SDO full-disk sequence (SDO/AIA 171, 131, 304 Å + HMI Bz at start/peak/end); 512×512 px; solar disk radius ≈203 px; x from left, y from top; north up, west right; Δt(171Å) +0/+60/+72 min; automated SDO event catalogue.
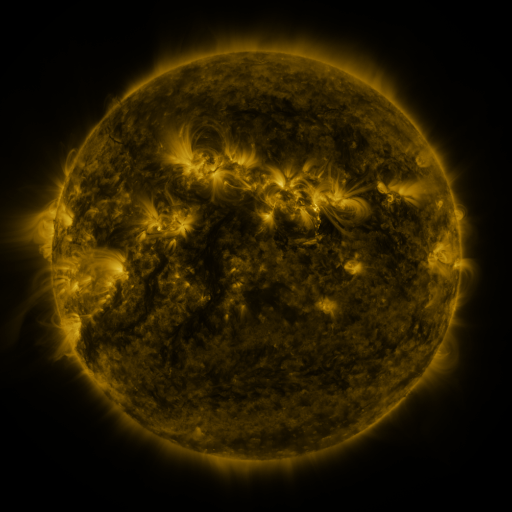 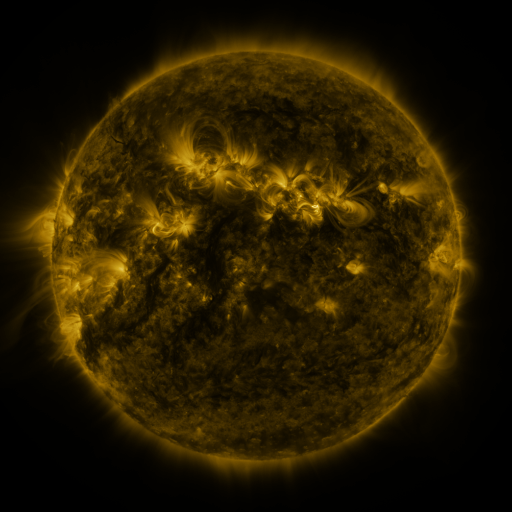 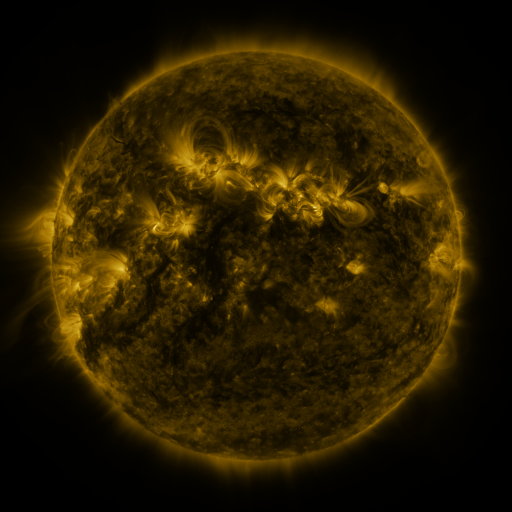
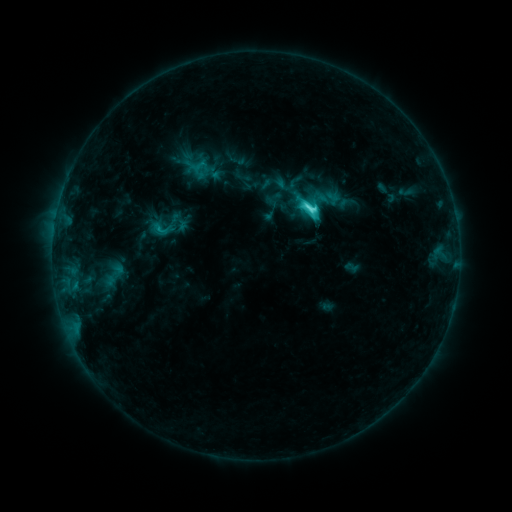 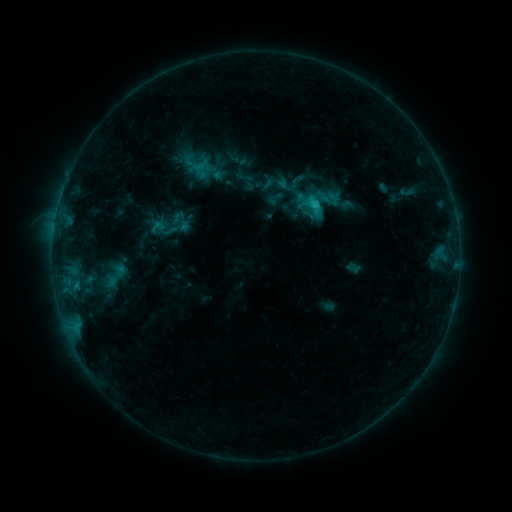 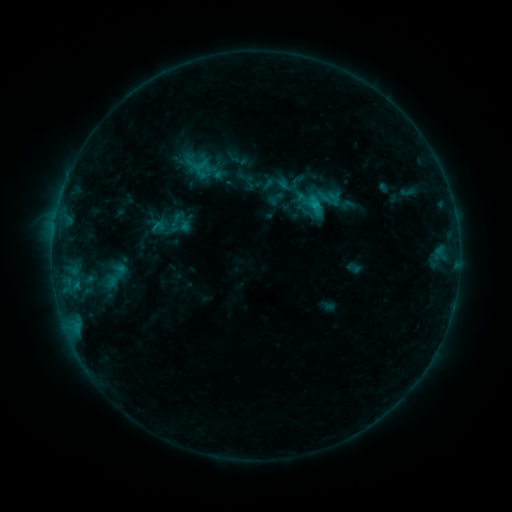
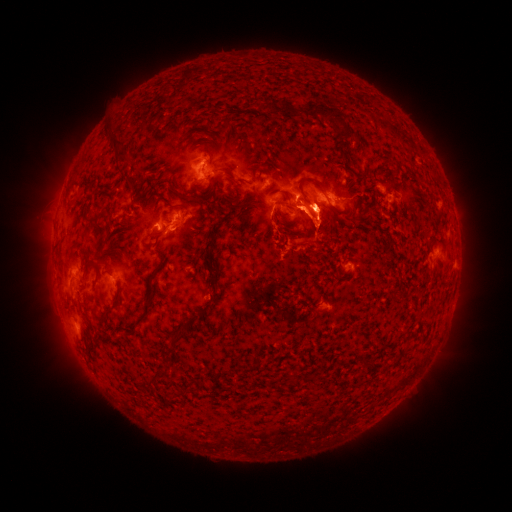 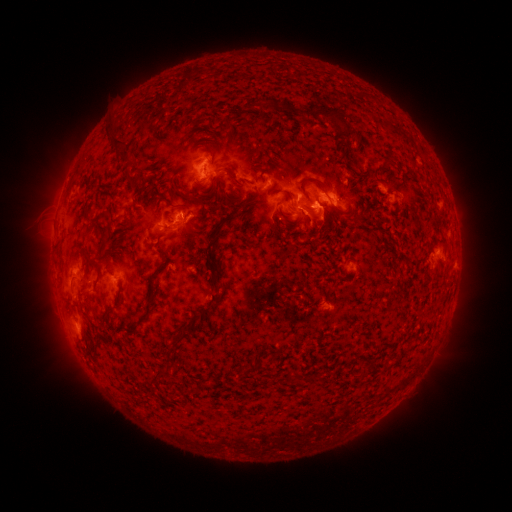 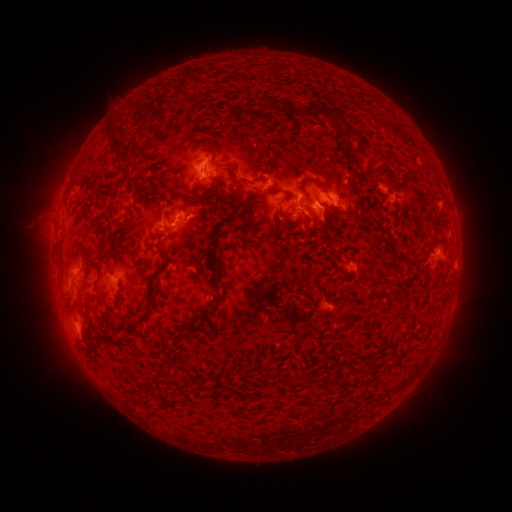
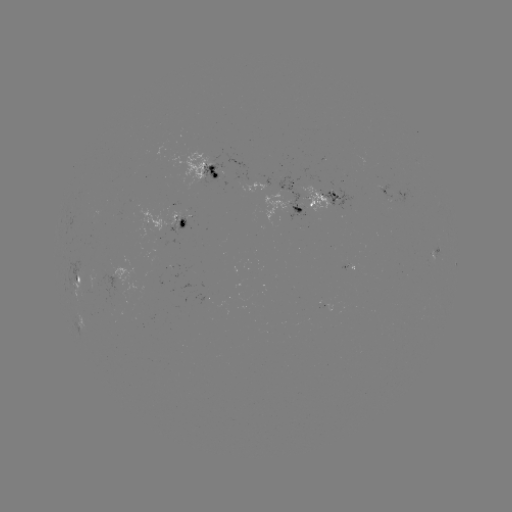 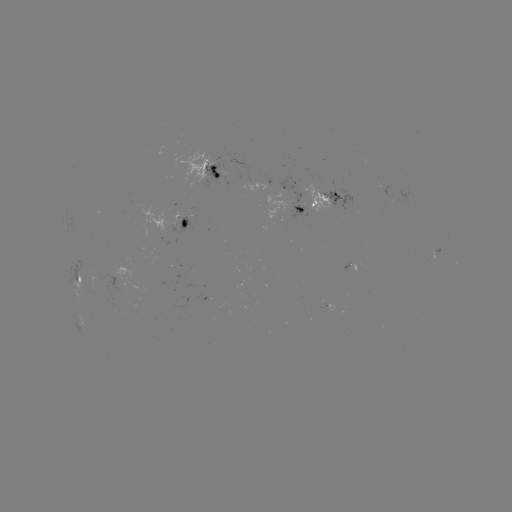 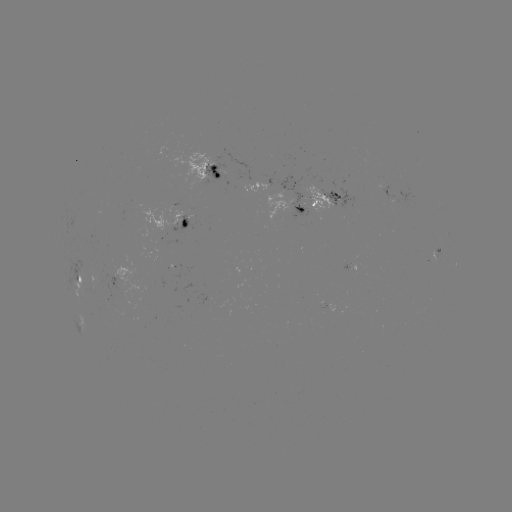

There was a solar emerging-flux region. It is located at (316, 187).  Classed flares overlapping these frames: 1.